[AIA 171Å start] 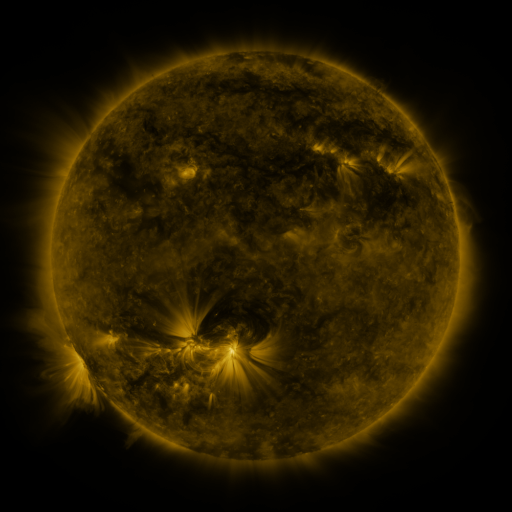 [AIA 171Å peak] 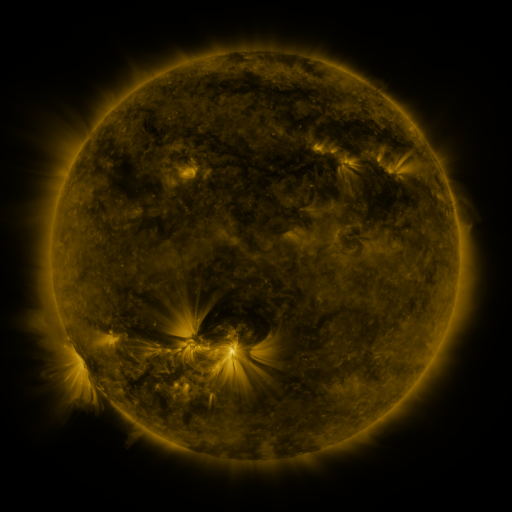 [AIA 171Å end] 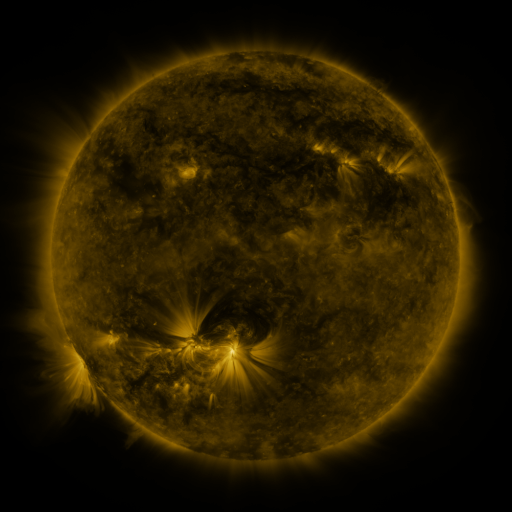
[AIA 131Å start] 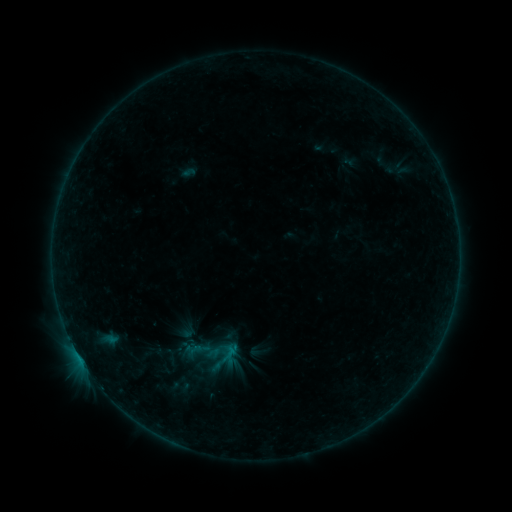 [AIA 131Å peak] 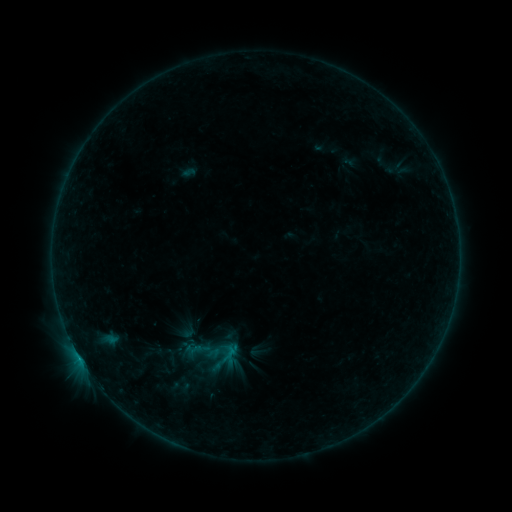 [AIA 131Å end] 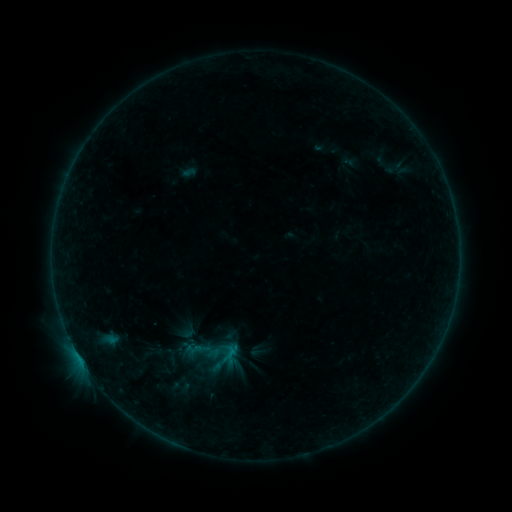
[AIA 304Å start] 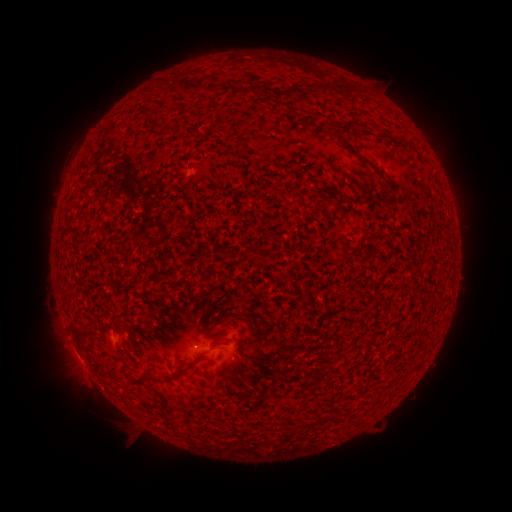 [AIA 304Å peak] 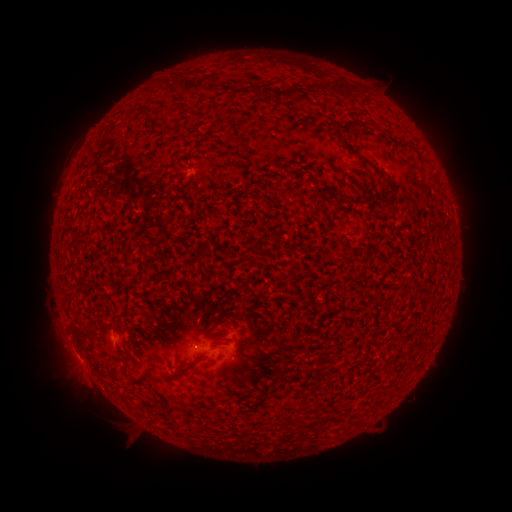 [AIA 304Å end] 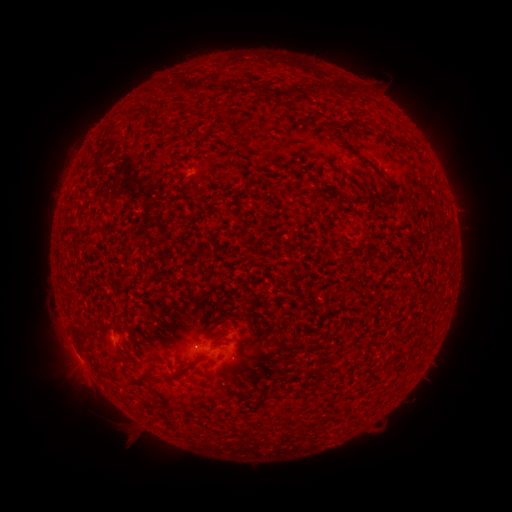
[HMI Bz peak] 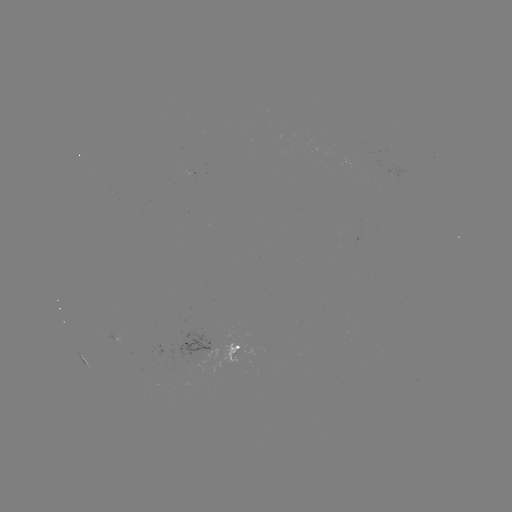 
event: flare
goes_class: B3.1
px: (111, 340)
